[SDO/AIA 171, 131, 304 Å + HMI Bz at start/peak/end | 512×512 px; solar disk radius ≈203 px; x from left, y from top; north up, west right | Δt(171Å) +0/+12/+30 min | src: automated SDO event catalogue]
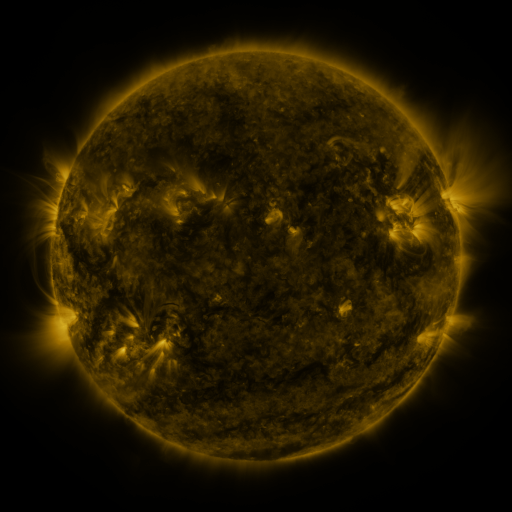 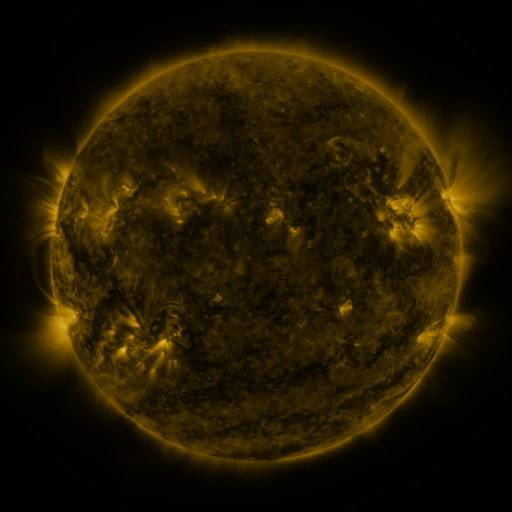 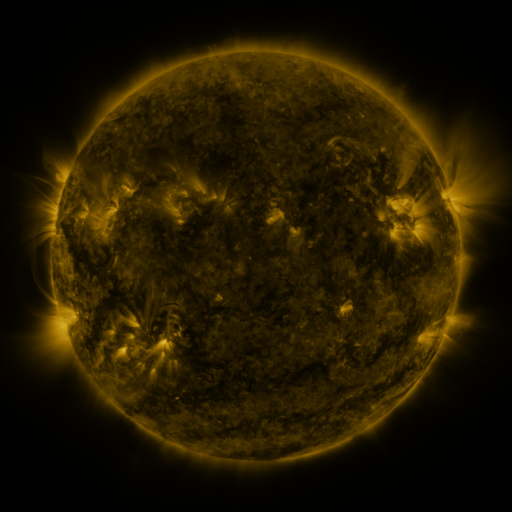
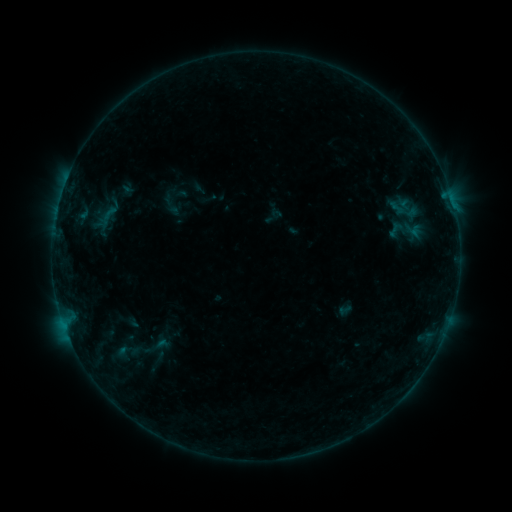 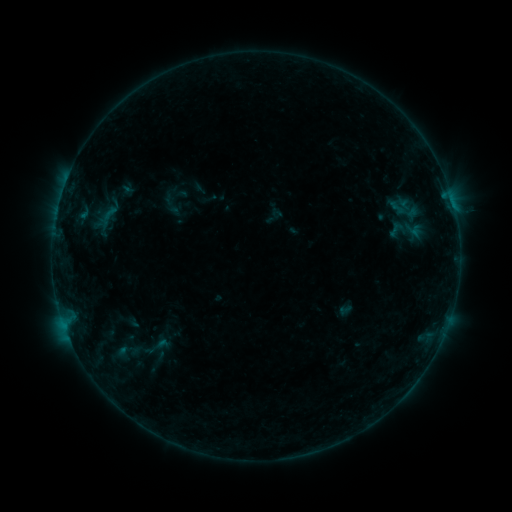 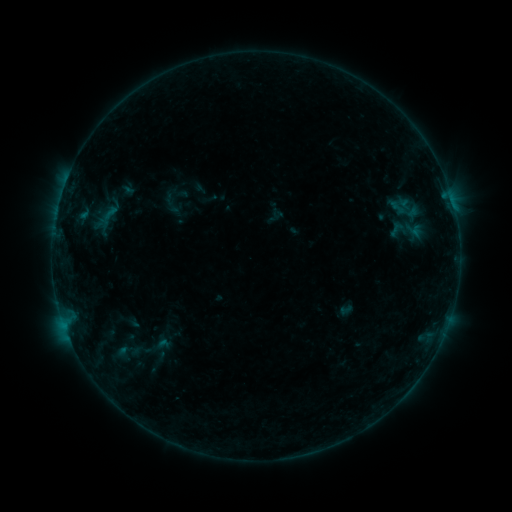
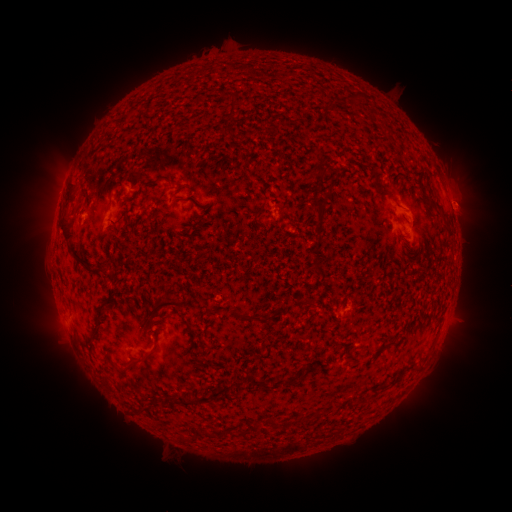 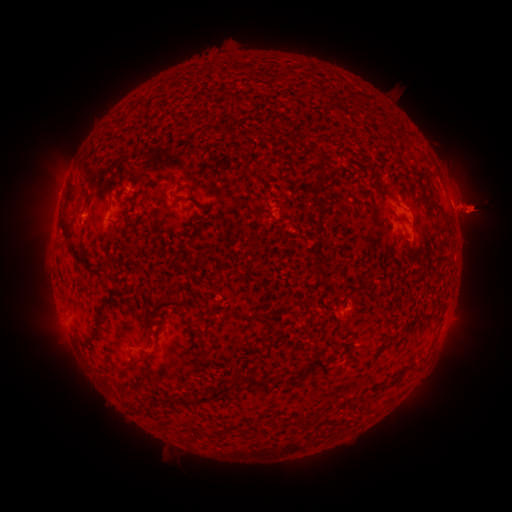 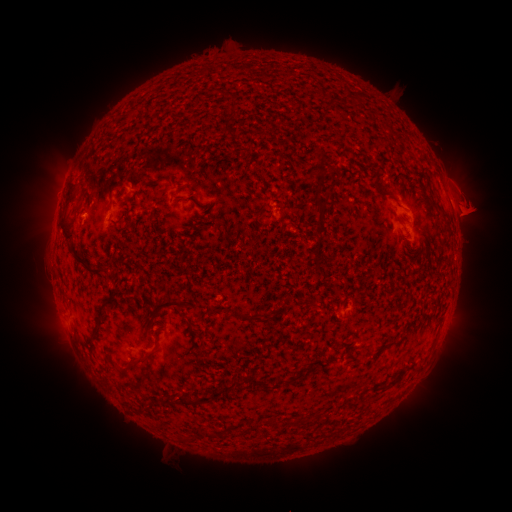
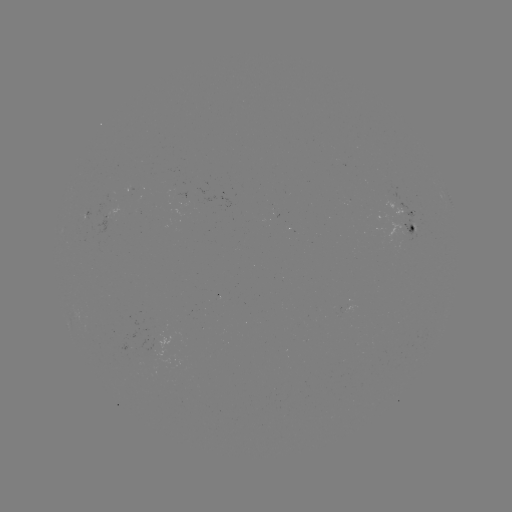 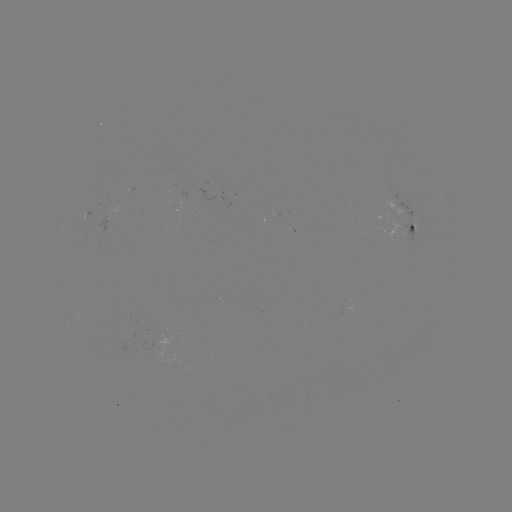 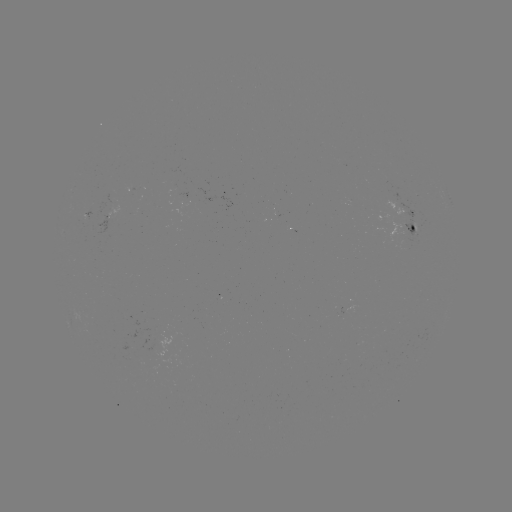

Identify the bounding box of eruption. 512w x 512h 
[414, 172, 507, 269].